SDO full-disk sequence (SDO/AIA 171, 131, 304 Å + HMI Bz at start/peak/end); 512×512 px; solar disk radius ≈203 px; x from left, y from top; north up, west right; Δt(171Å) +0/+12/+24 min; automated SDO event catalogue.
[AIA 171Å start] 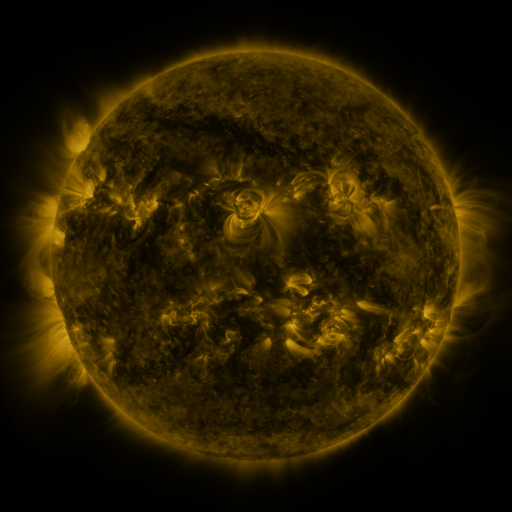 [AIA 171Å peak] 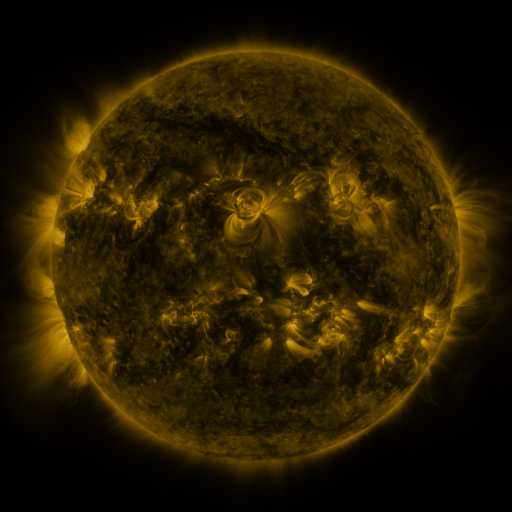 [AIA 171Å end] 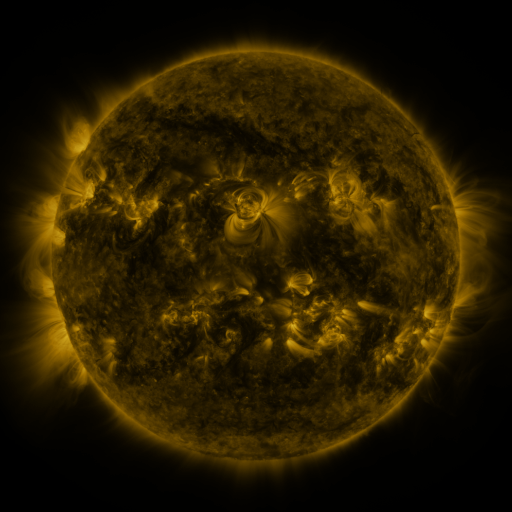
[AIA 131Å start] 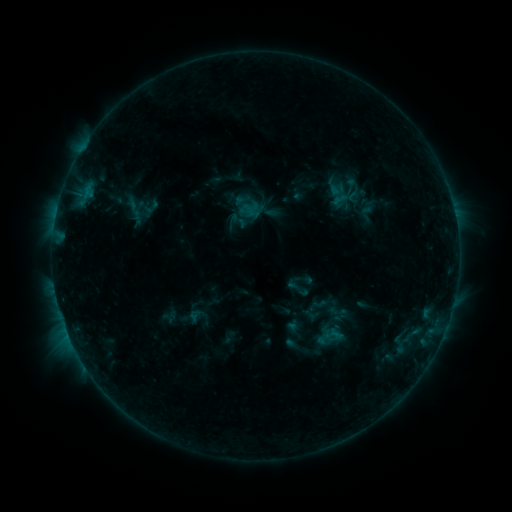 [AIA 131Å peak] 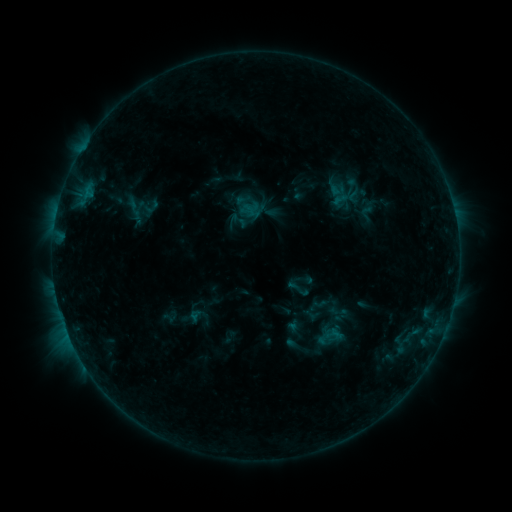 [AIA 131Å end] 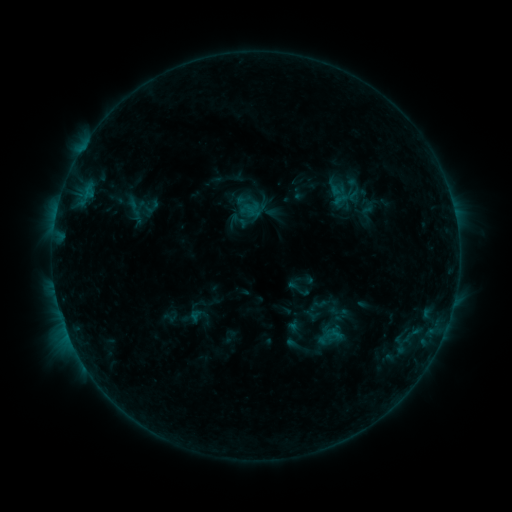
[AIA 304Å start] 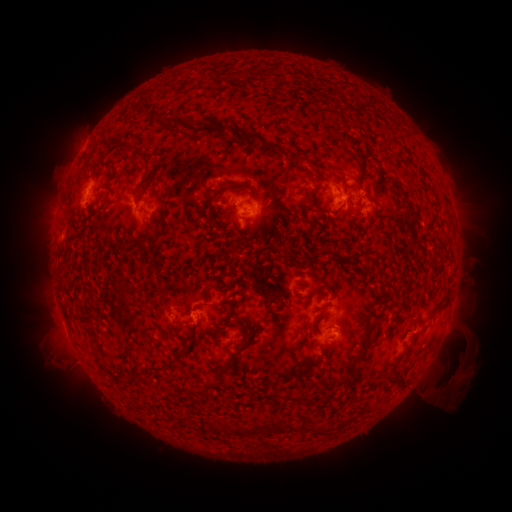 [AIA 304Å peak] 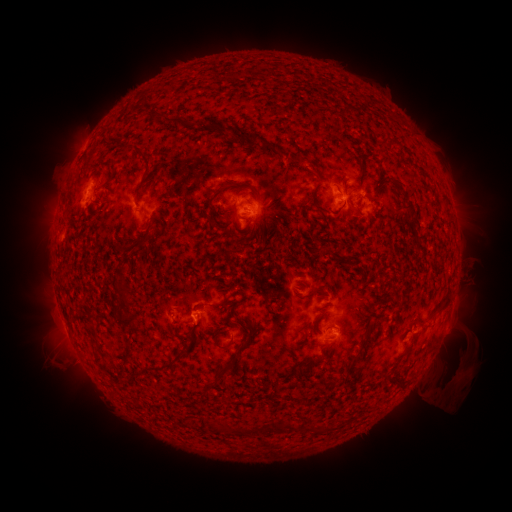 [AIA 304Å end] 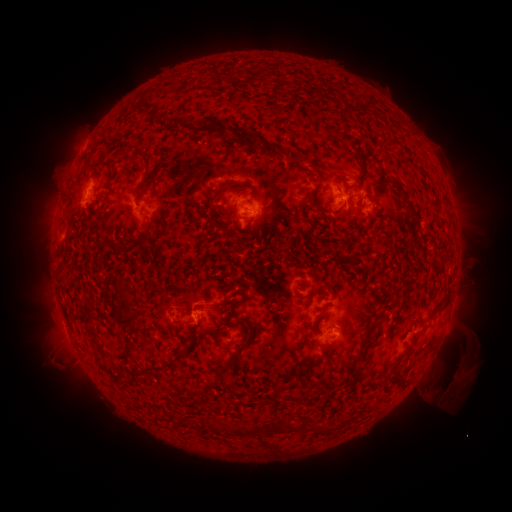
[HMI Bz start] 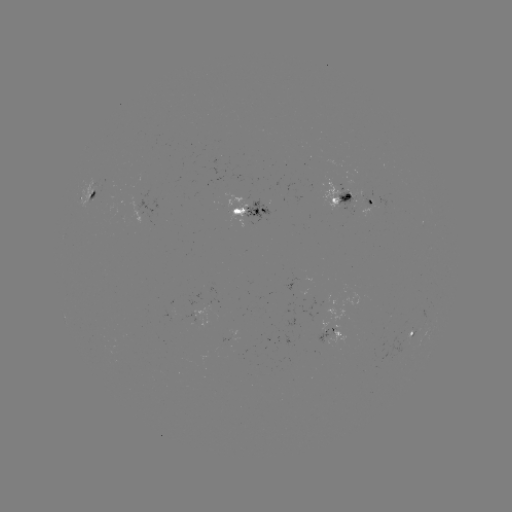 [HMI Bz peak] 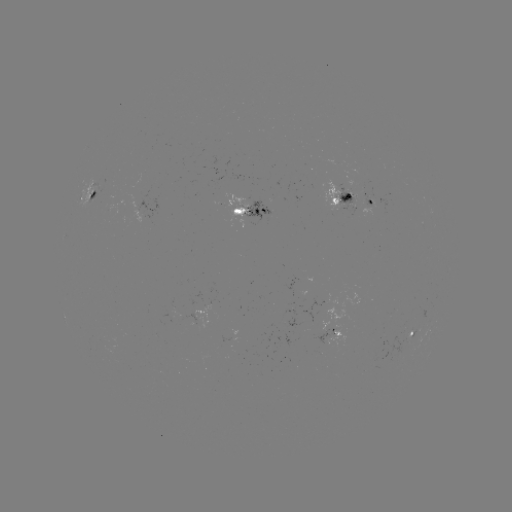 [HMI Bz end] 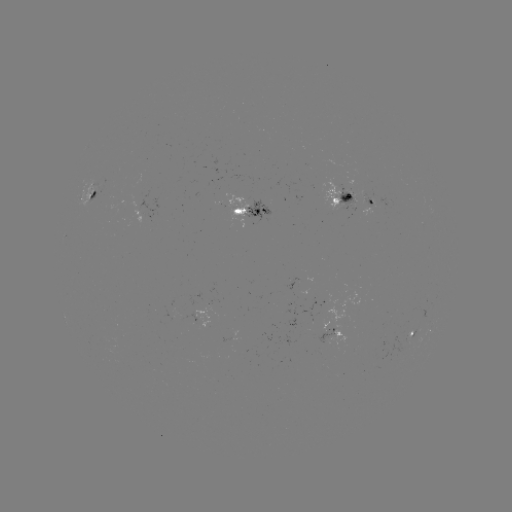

no catalogued flare and no flagged EUV brightening in this window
